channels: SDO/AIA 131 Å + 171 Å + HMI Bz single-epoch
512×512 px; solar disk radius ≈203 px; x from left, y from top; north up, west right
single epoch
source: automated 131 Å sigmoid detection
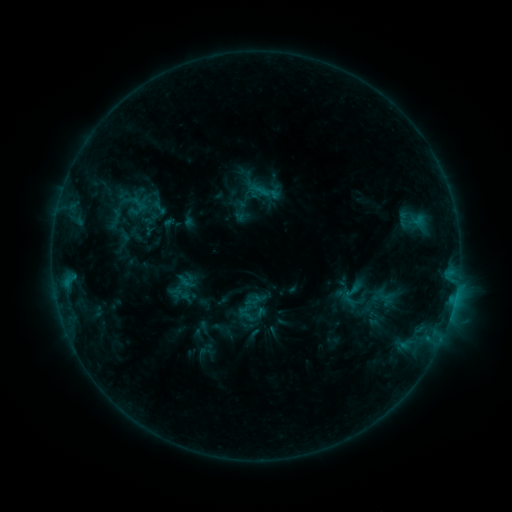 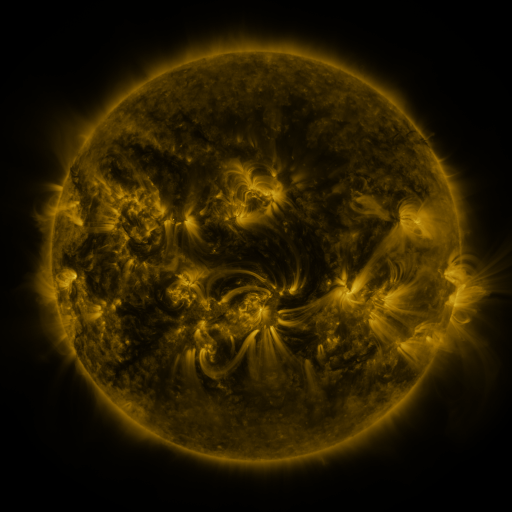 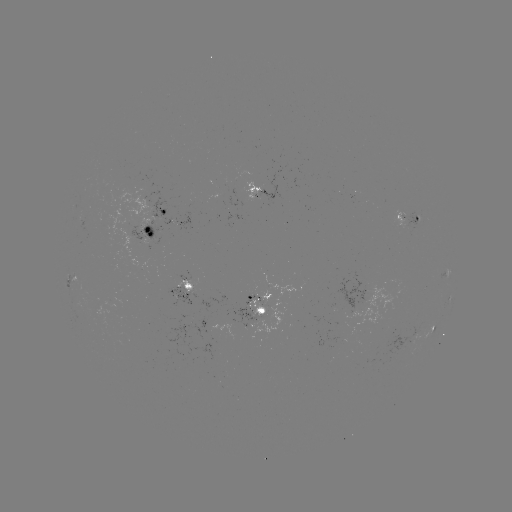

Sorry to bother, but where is sigmoid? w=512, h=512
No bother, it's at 352,293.